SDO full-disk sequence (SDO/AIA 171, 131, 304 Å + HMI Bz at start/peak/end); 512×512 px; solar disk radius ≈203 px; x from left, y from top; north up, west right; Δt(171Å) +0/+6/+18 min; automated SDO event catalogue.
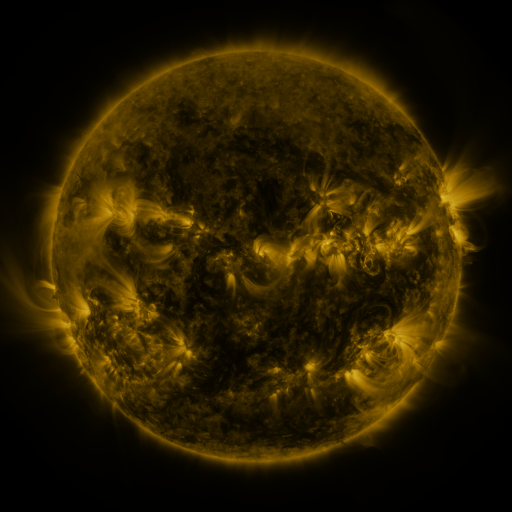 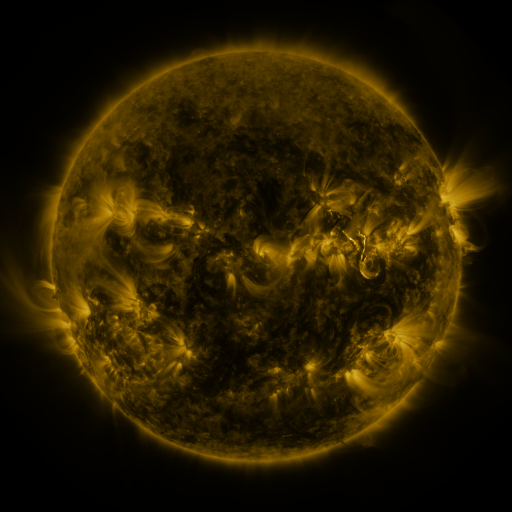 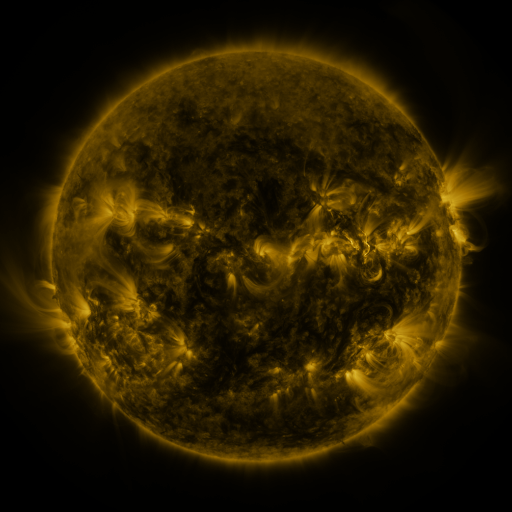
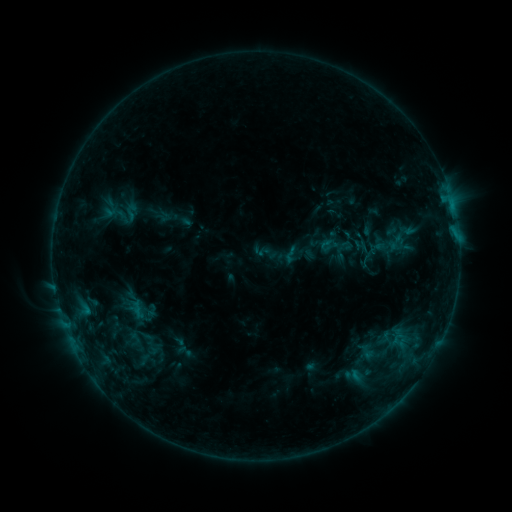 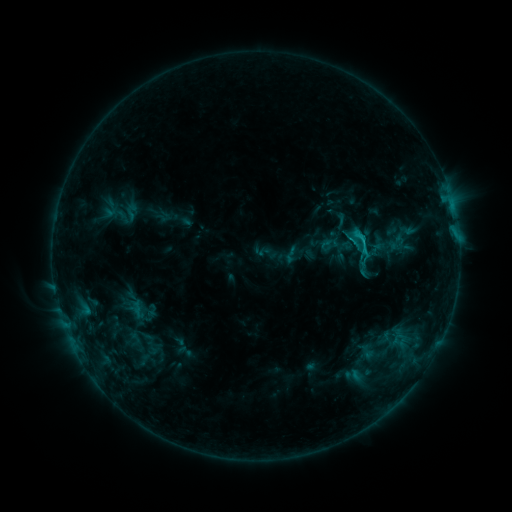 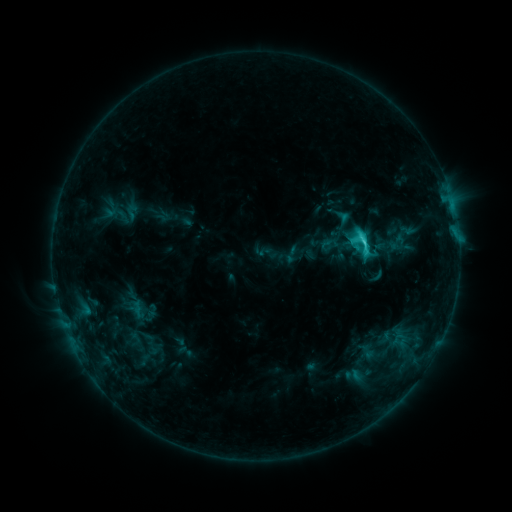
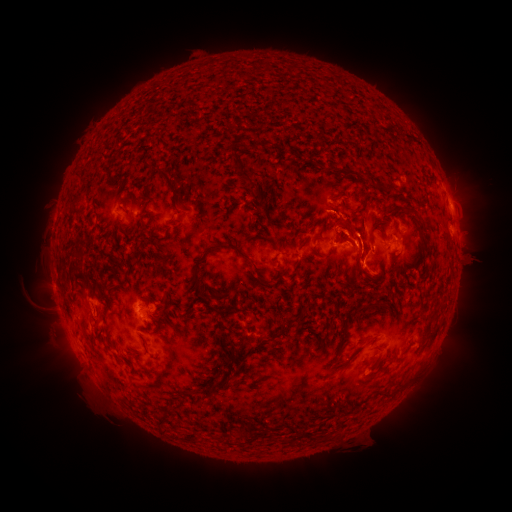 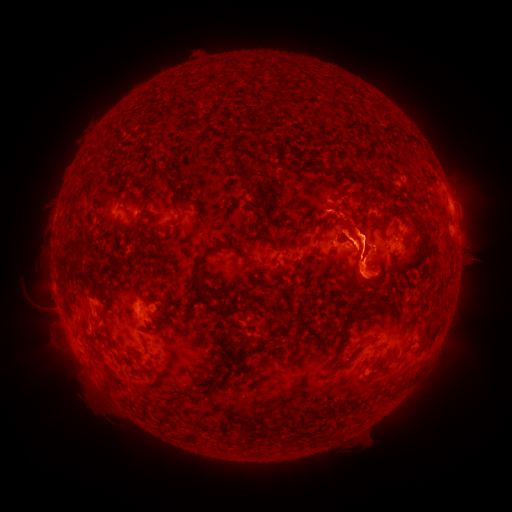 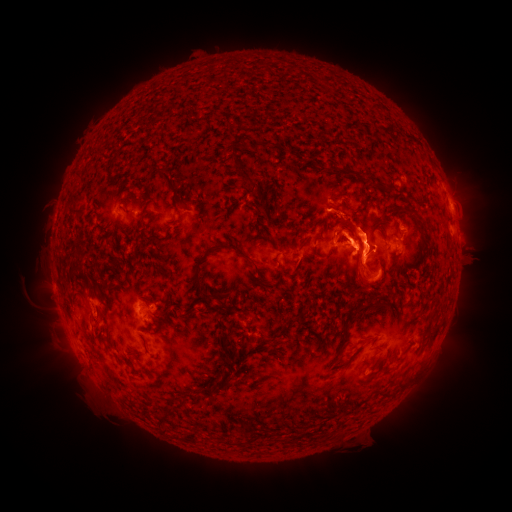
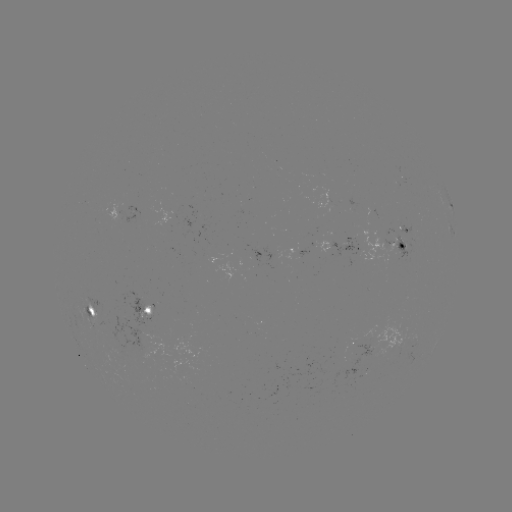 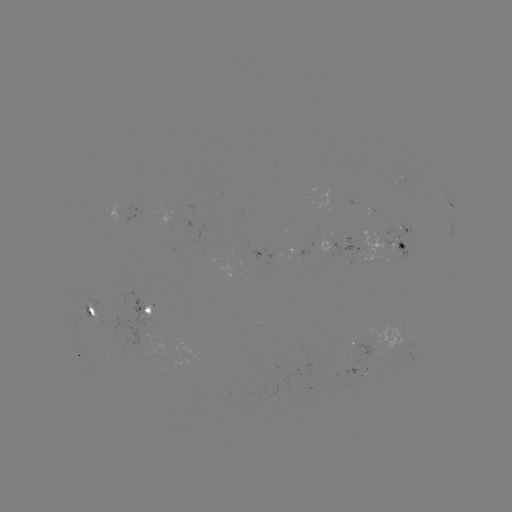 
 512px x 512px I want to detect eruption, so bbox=[466, 212, 501, 270].